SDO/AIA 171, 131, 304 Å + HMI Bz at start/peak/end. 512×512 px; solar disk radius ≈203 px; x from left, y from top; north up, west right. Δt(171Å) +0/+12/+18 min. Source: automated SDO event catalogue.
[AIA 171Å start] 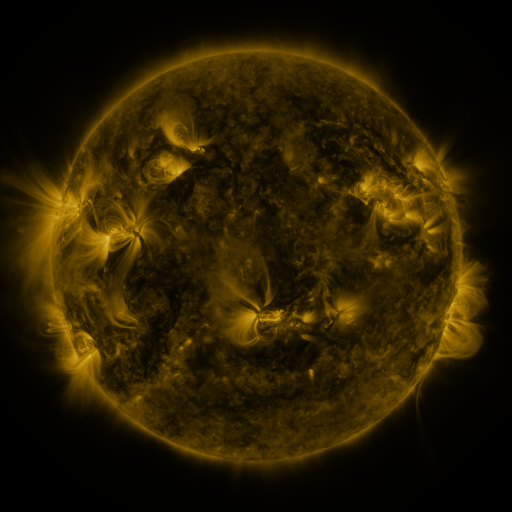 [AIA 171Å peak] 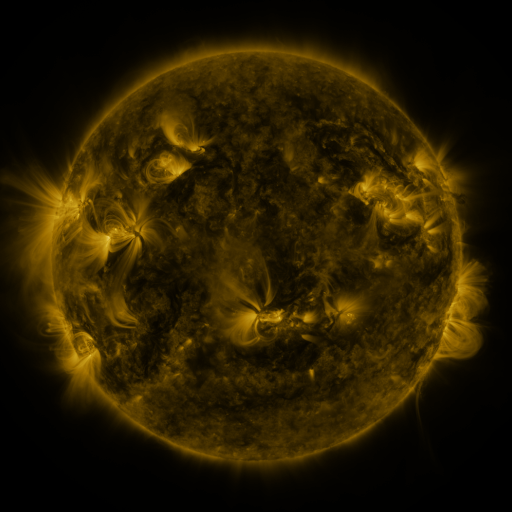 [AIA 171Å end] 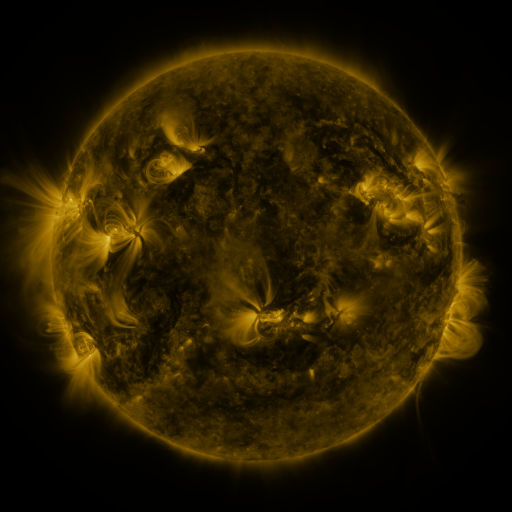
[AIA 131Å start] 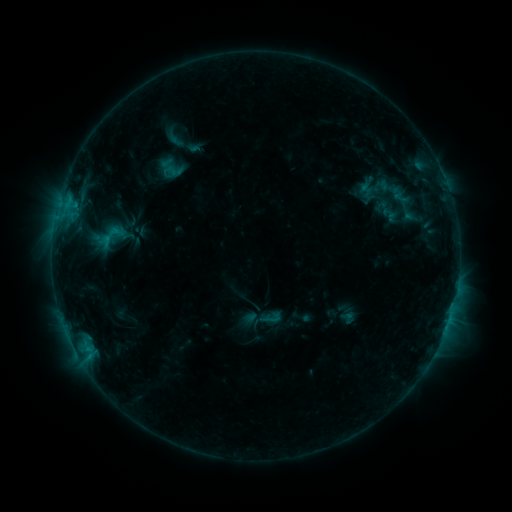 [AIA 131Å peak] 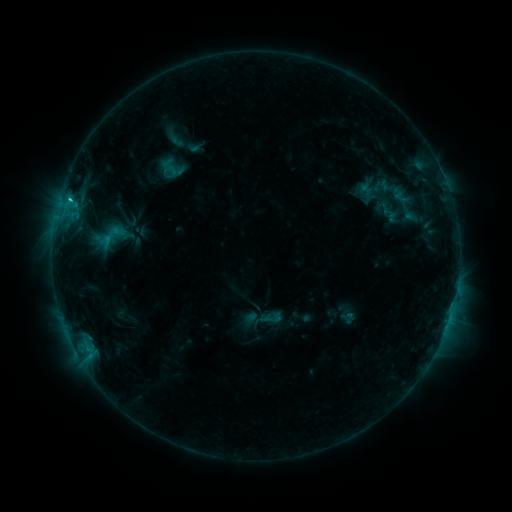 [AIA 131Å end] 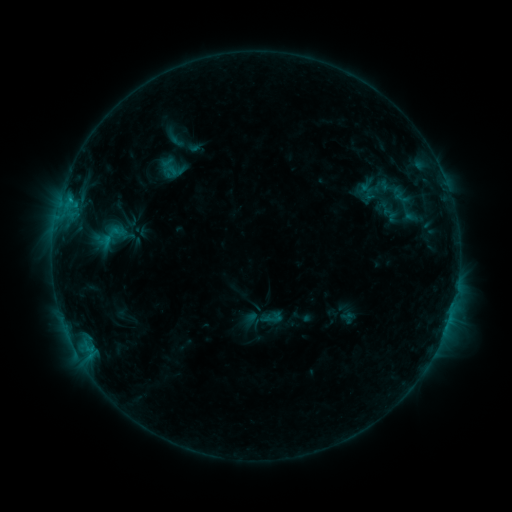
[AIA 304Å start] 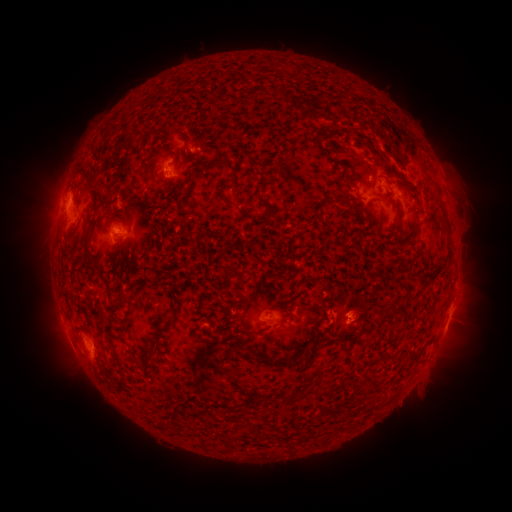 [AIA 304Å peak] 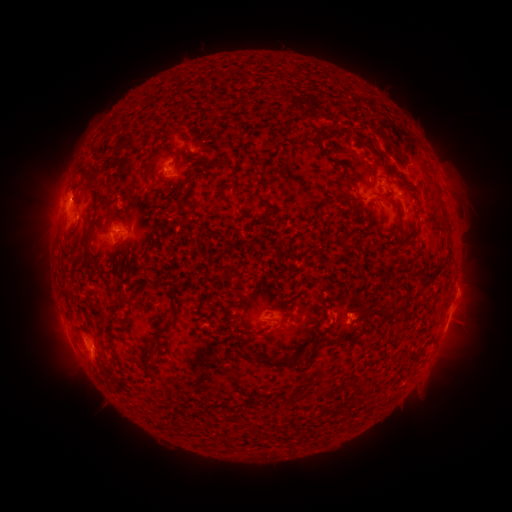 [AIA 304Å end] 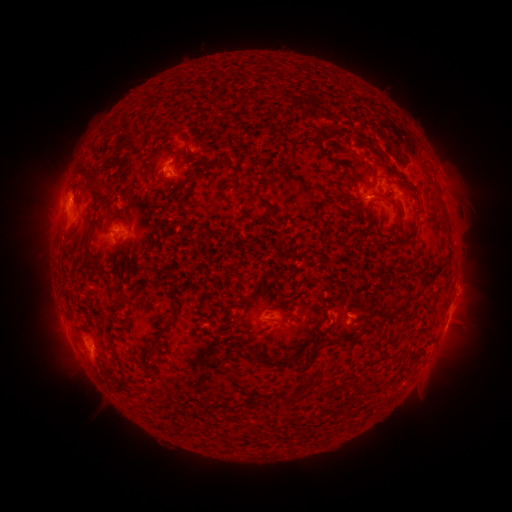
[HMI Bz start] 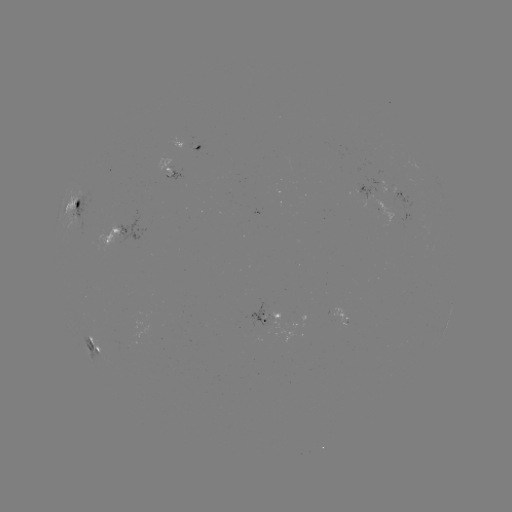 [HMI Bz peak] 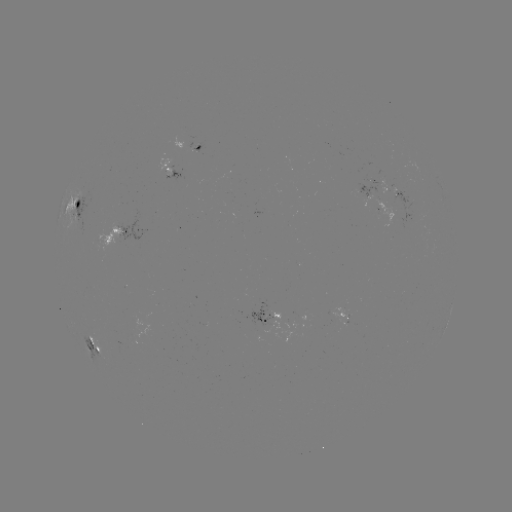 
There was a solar flare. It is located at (70, 203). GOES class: C1.2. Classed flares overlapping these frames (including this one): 1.